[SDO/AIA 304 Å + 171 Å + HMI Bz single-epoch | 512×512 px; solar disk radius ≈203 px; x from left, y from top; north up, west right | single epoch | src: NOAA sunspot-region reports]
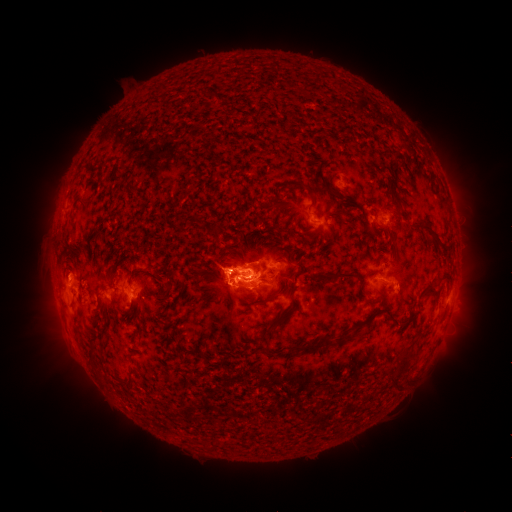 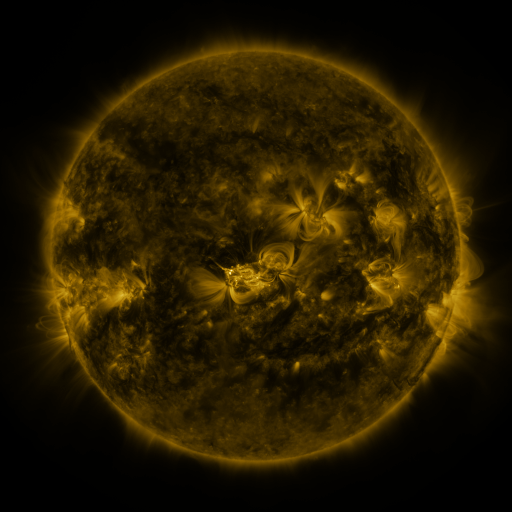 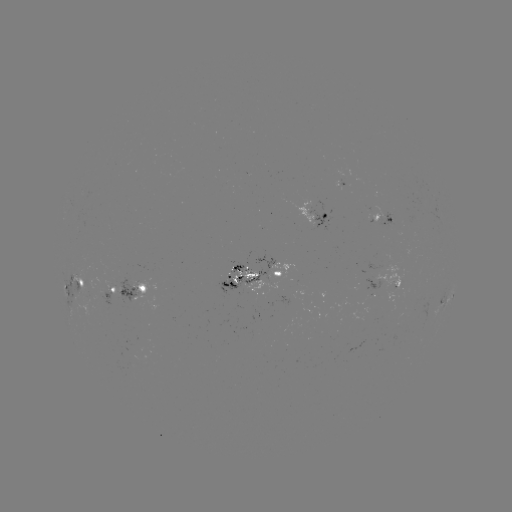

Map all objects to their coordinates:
spotted active region: (318, 219)
spotted active region: (383, 219)
spotted active region: (252, 274)
spotted active region: (399, 281)
spotted active region: (74, 284)
spotted active region: (129, 290)
spotted active region: (447, 299)
